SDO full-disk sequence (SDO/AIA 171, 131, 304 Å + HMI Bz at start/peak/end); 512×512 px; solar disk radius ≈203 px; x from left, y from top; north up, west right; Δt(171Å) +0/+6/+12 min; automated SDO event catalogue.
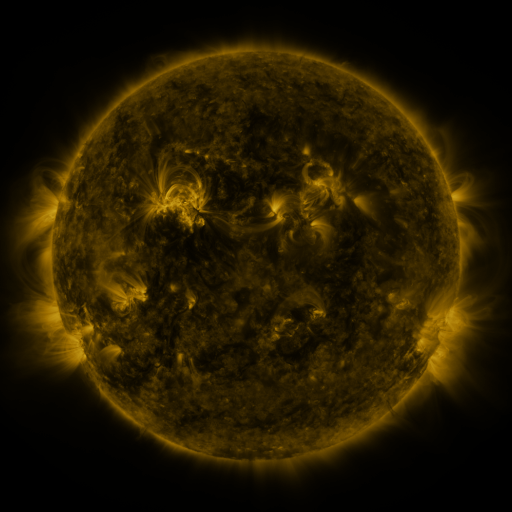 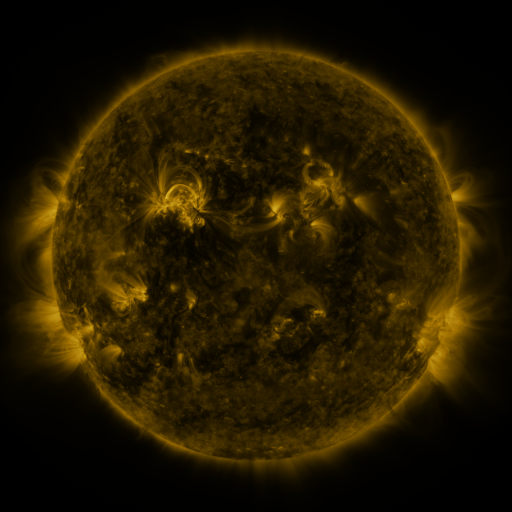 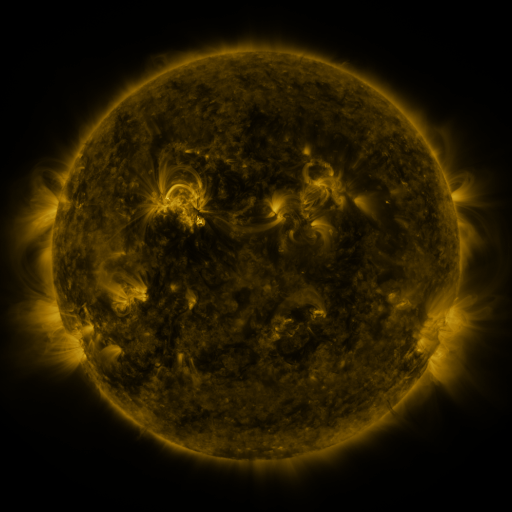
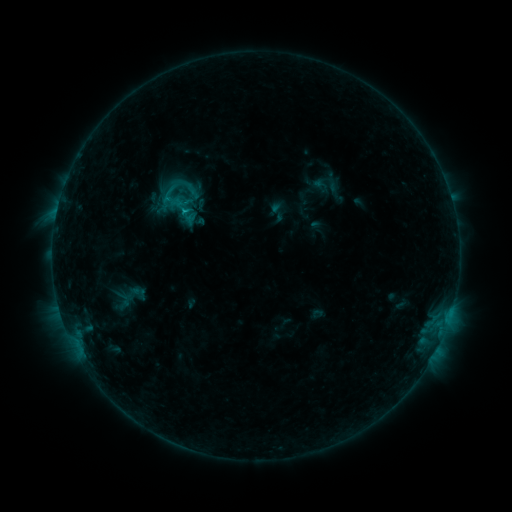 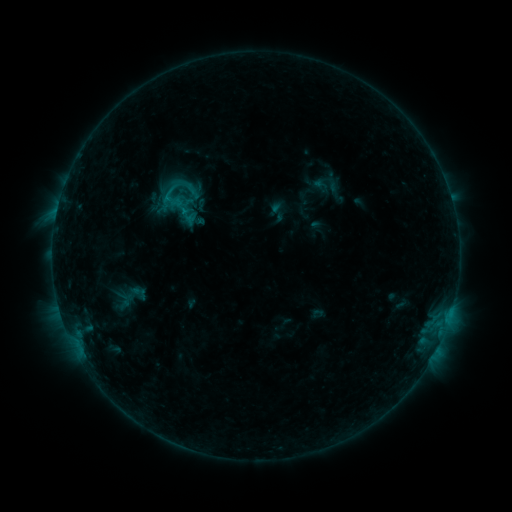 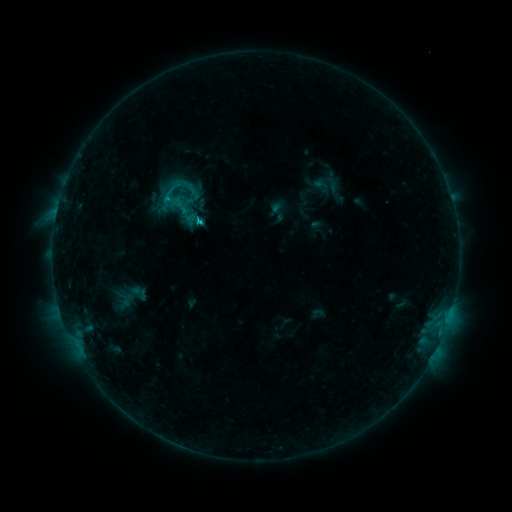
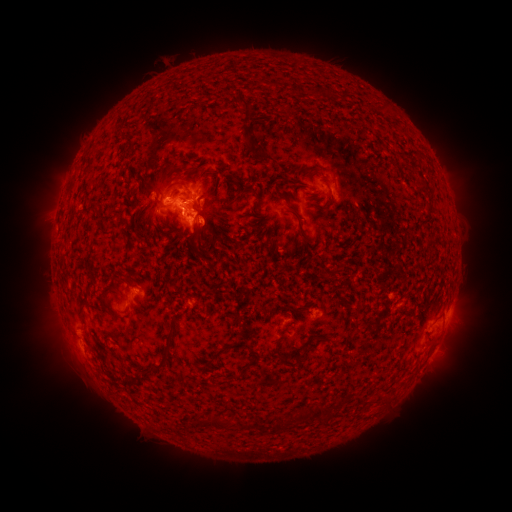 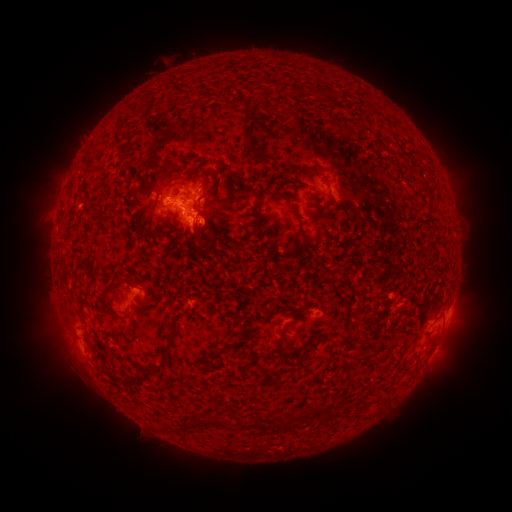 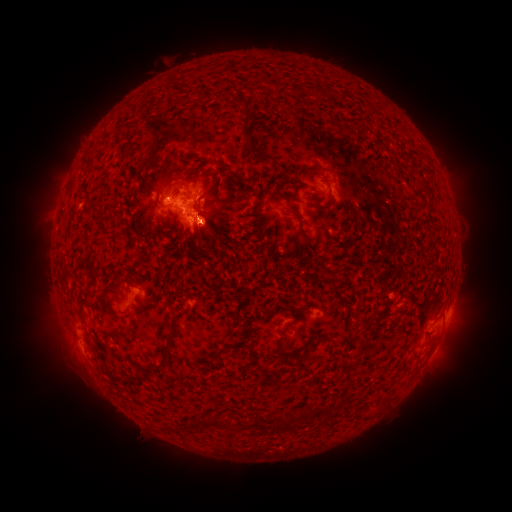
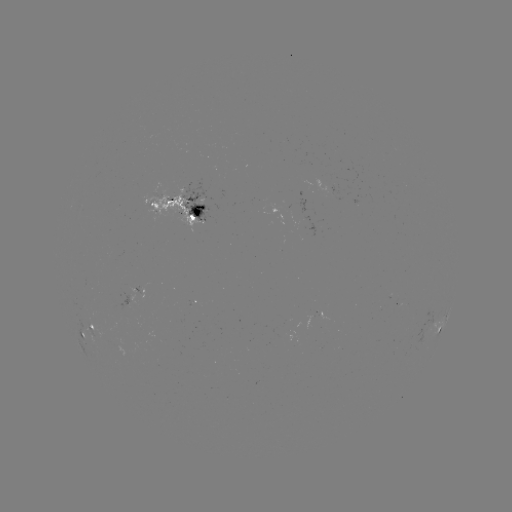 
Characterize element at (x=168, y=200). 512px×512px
C1.4 flare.